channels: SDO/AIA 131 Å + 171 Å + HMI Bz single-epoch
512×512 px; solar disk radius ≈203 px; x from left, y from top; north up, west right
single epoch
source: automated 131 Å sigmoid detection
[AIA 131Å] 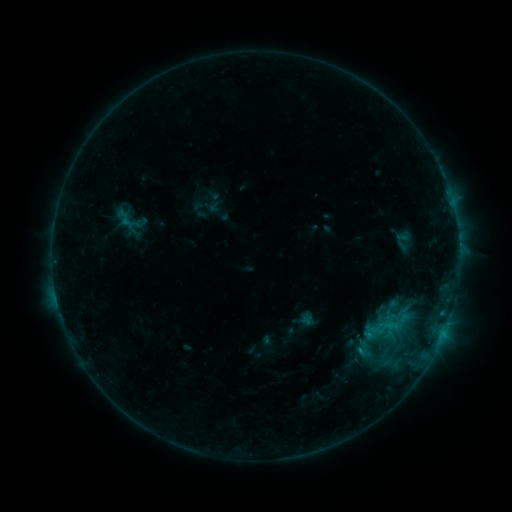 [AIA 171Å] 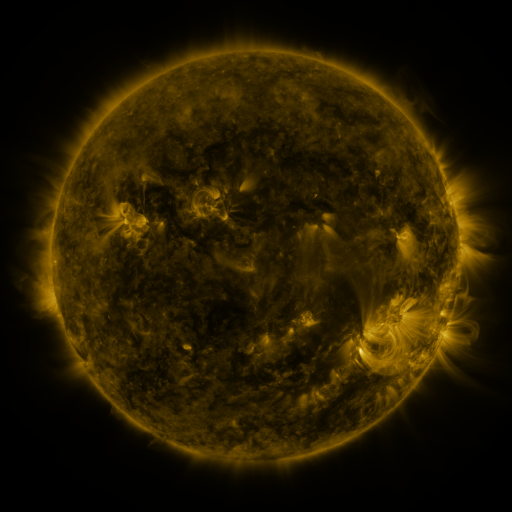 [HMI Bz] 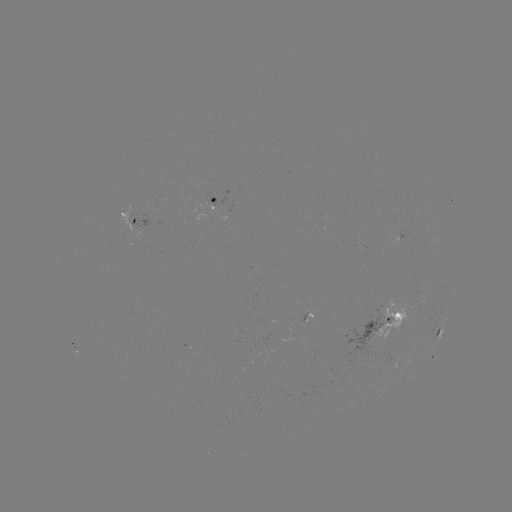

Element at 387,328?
sigmoid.